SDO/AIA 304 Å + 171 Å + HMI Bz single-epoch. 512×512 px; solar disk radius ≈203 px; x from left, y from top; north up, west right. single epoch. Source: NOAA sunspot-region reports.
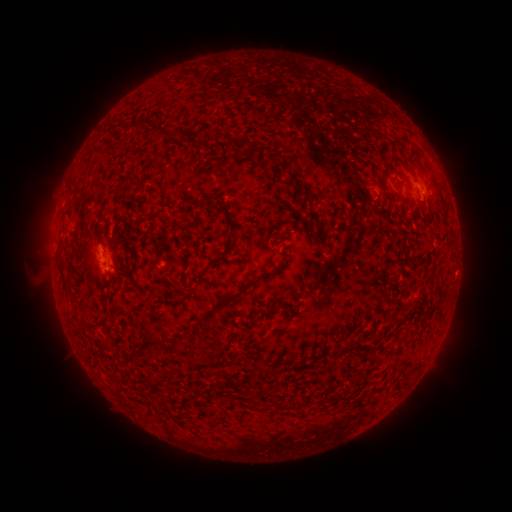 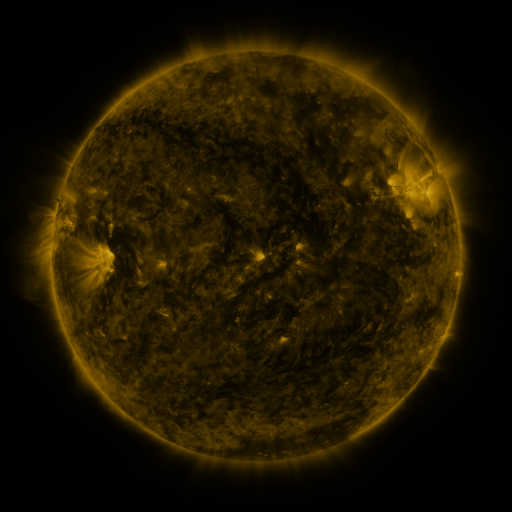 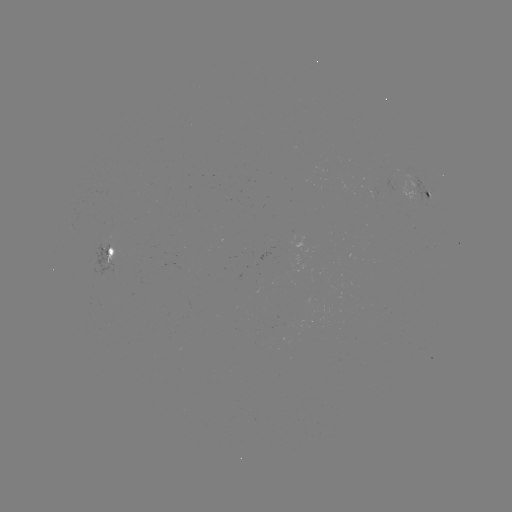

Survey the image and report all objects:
spotted active region: (428, 195)
spotted active region: (112, 253)
